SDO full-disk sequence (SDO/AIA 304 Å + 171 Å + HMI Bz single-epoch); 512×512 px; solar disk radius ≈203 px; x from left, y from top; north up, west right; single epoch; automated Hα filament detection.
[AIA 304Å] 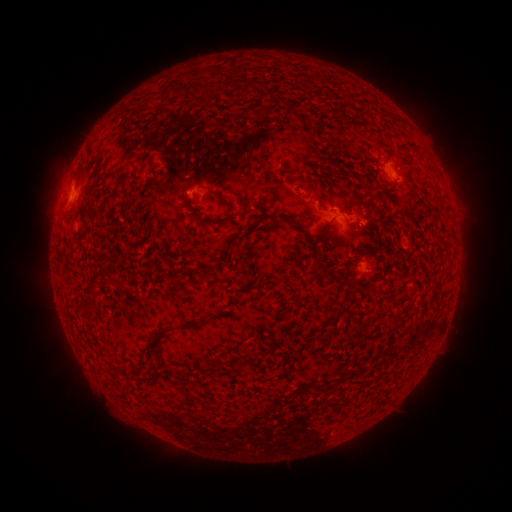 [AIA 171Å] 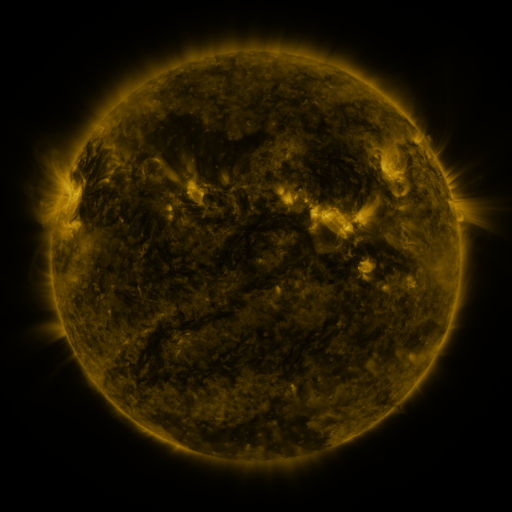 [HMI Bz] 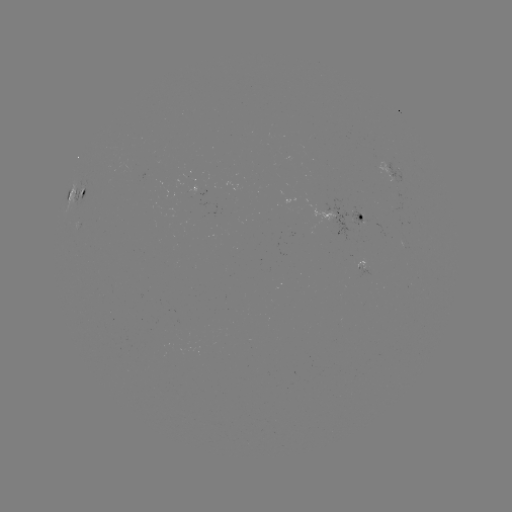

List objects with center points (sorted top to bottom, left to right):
filament: (200, 73)
filament: (246, 86)
filament: (180, 90)
filament: (209, 94)
filament: (288, 112)
filament: (311, 186)
filament: (226, 202)
filament: (94, 209)
filament: (281, 215)
filament: (205, 220)
filament: (327, 225)
filament: (205, 272)
filament: (98, 274)
filament: (335, 279)
filament: (179, 327)
filament: (394, 328)
filament: (242, 361)
